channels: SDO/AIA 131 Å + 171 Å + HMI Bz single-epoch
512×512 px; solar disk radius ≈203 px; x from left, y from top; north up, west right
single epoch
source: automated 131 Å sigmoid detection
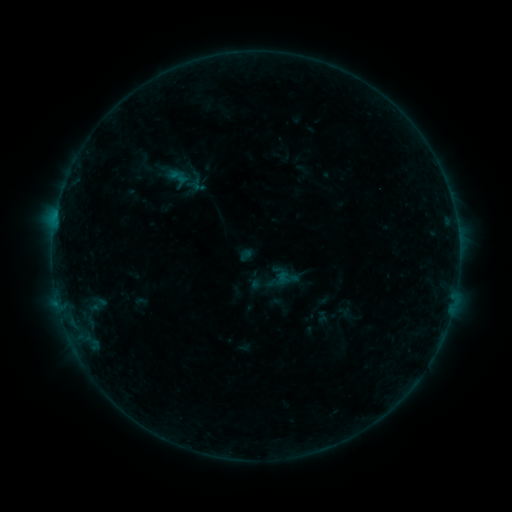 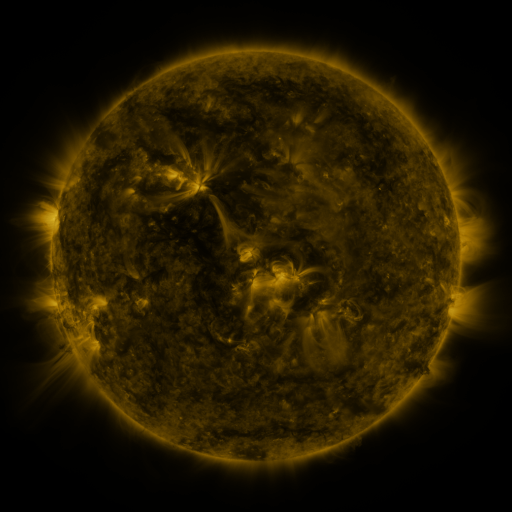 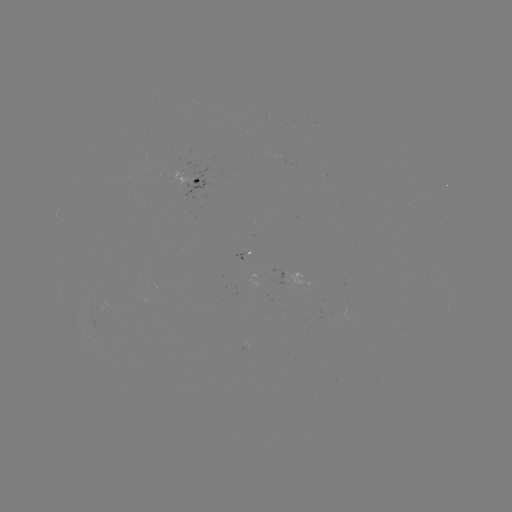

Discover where sigmoid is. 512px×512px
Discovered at (178, 177).